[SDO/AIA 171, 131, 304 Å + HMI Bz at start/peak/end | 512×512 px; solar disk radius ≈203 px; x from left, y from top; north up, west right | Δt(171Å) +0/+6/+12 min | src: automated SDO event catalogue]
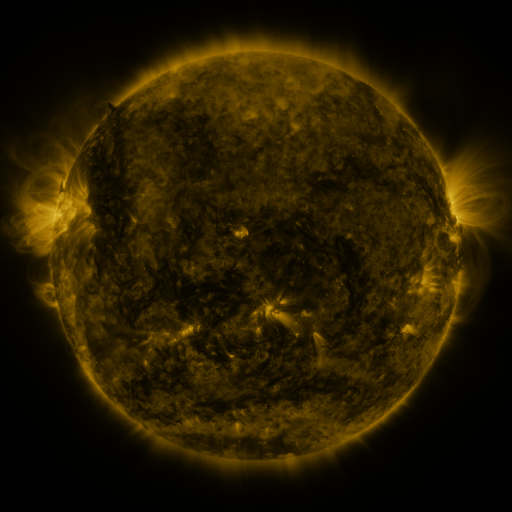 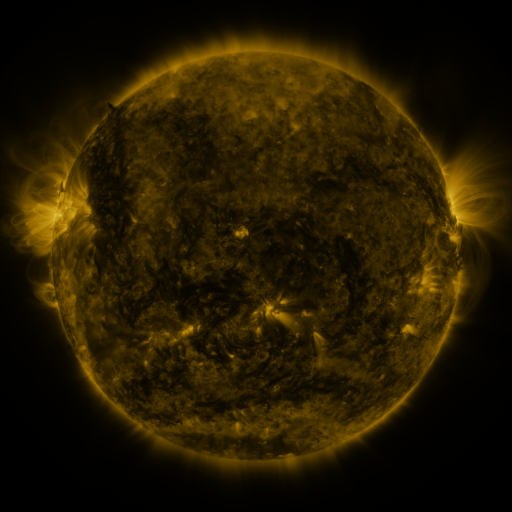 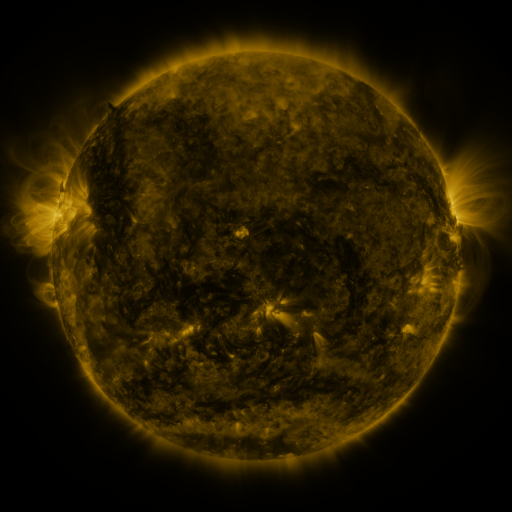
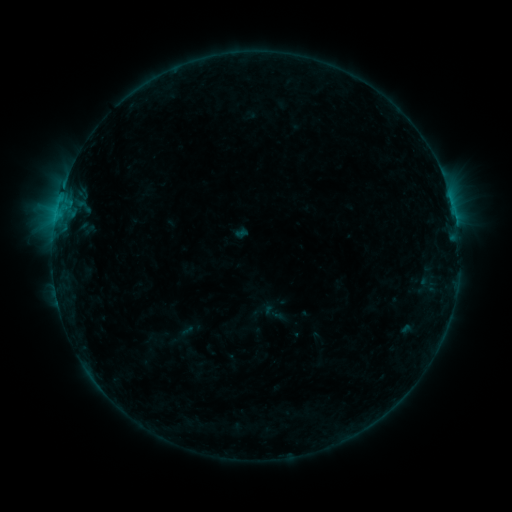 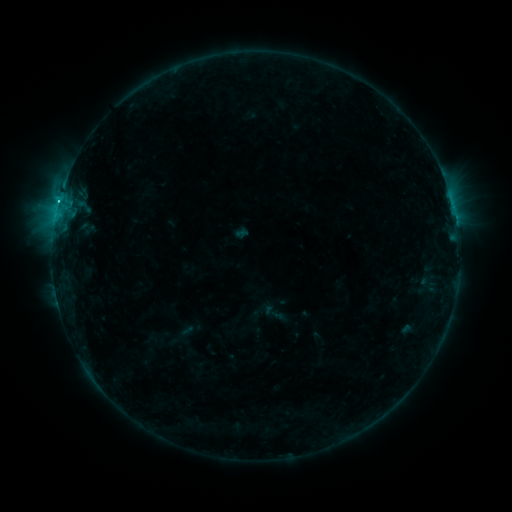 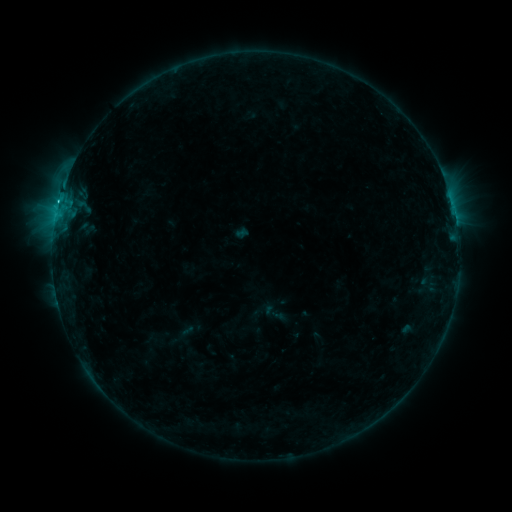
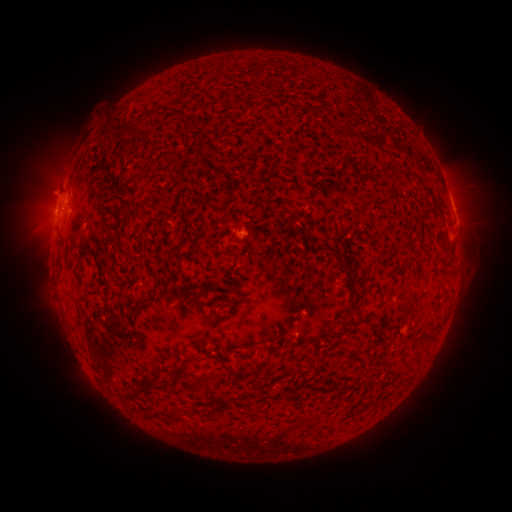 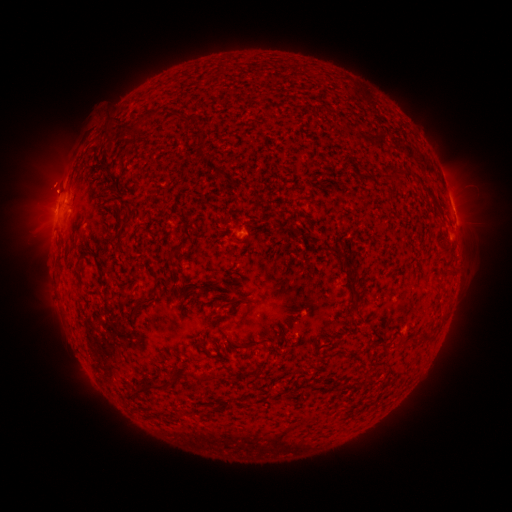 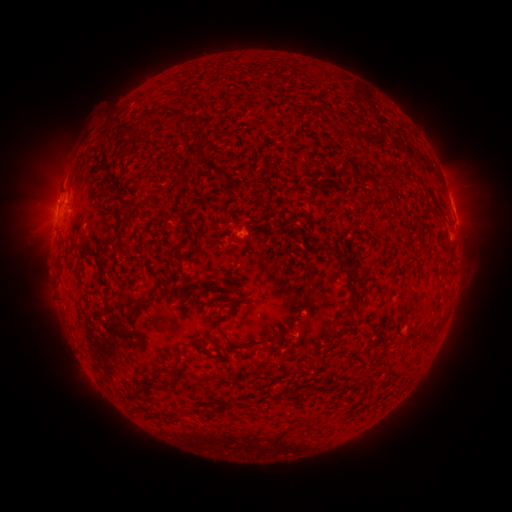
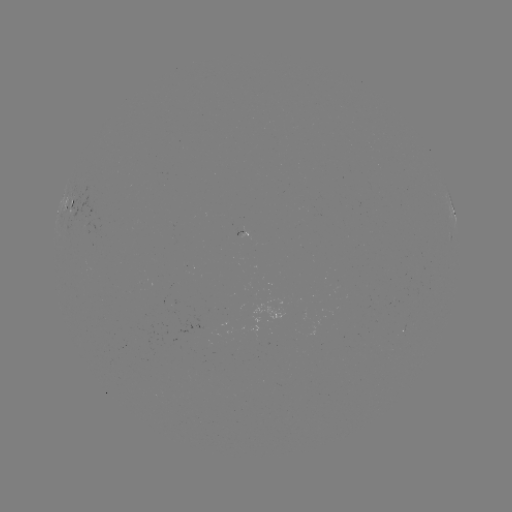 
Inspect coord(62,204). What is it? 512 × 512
C1.9 flare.